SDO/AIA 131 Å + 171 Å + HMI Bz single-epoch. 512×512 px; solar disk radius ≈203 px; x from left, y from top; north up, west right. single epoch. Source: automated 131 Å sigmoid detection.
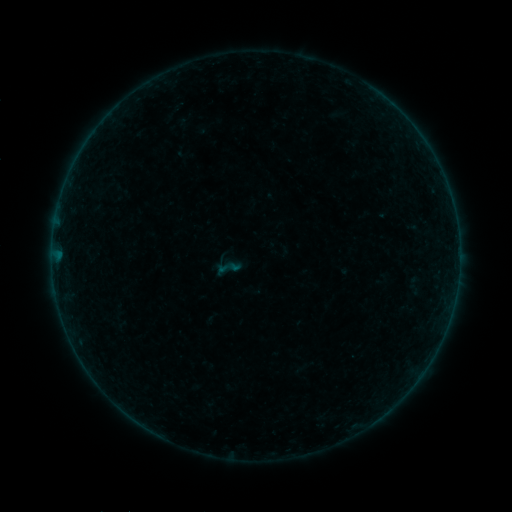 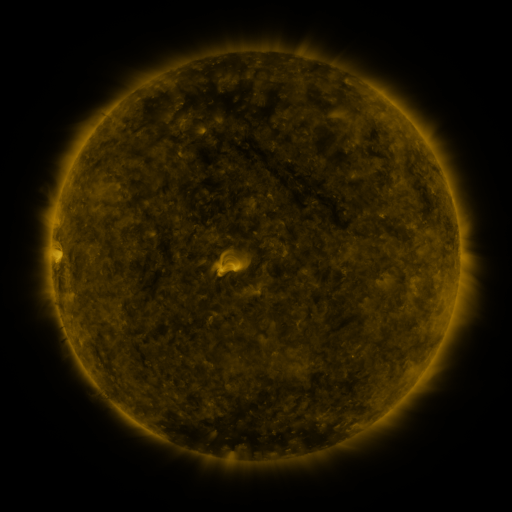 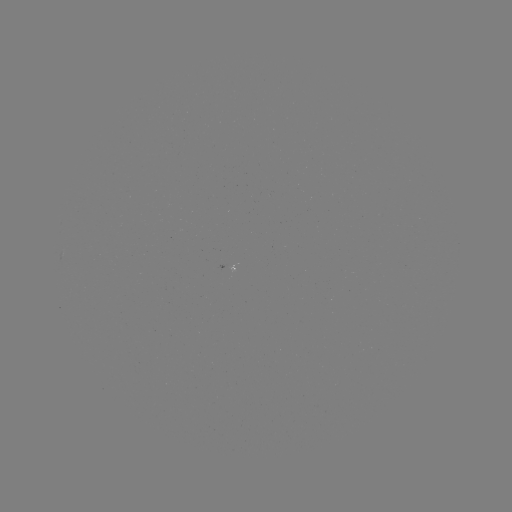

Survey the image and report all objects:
sigmoid: (213, 253, 242, 281)
